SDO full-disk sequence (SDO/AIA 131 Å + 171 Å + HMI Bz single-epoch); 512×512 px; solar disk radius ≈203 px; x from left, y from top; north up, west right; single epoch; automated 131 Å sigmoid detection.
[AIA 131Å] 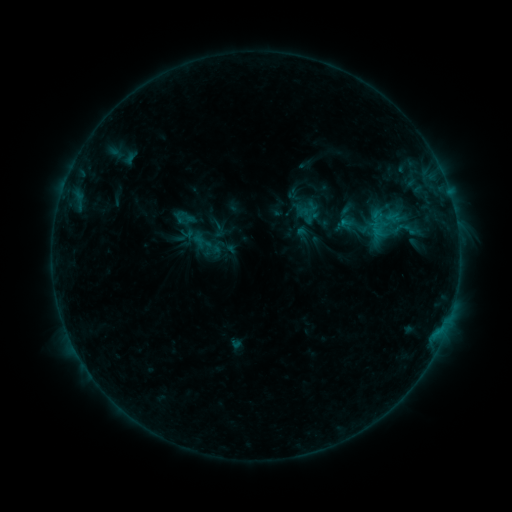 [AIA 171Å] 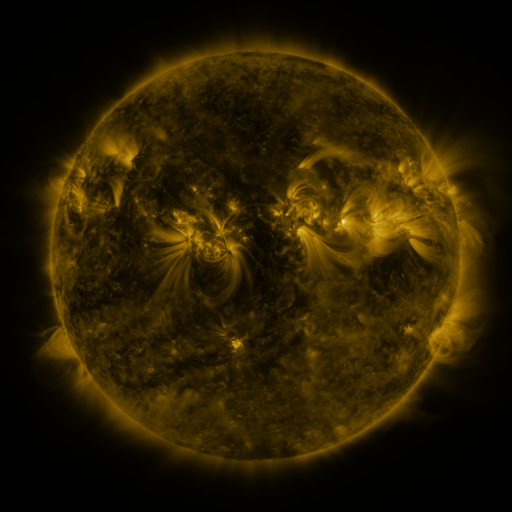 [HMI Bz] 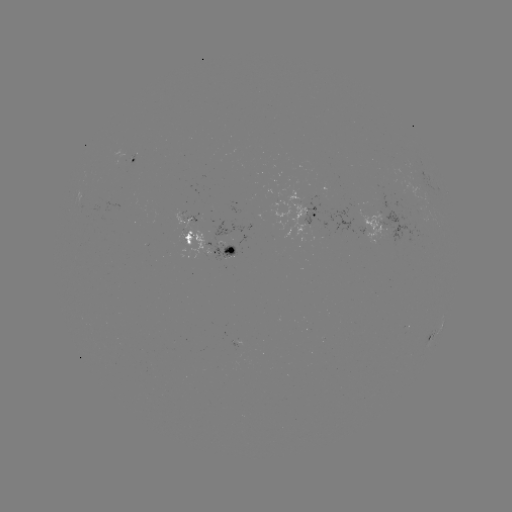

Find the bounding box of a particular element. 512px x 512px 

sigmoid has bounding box [173, 206, 195, 229].